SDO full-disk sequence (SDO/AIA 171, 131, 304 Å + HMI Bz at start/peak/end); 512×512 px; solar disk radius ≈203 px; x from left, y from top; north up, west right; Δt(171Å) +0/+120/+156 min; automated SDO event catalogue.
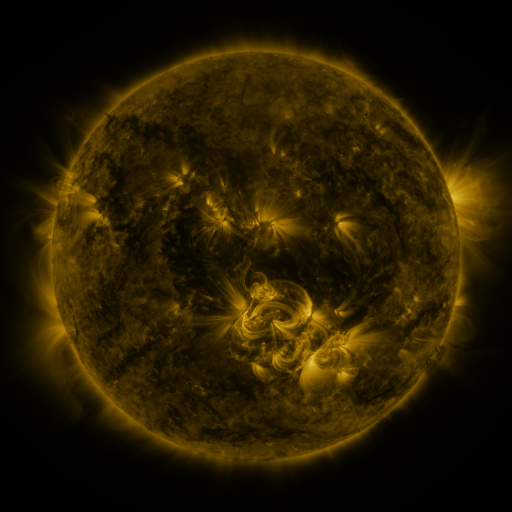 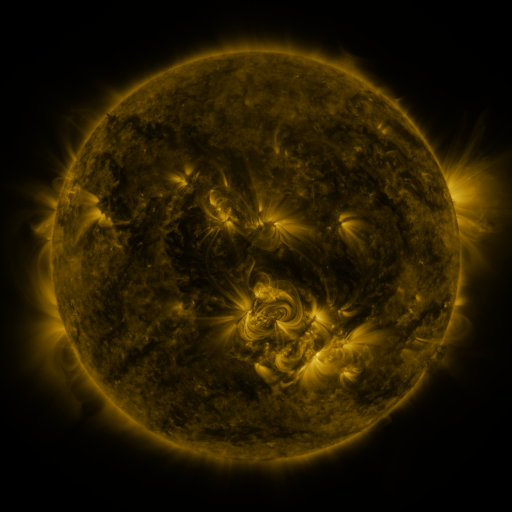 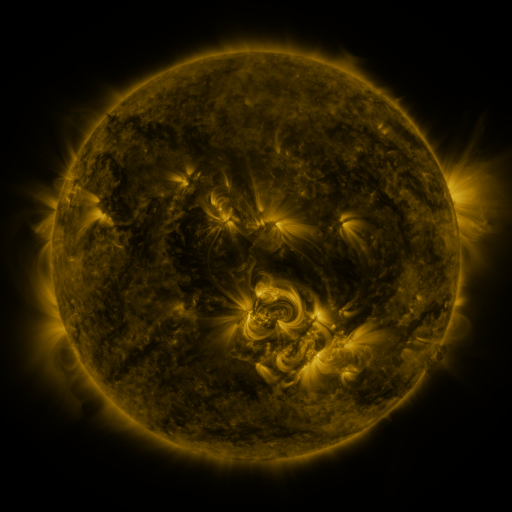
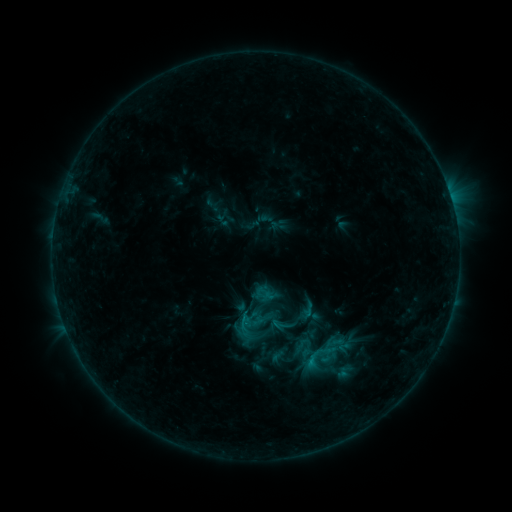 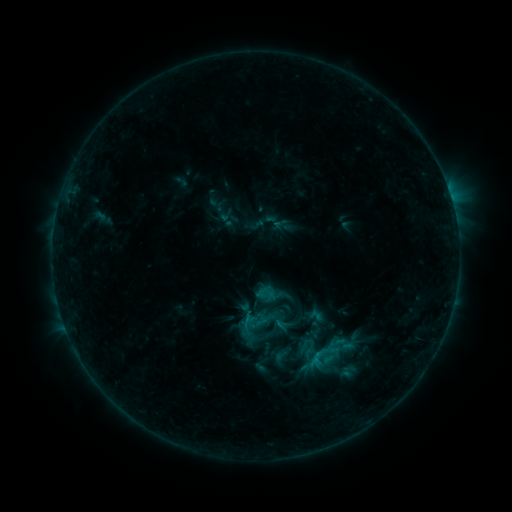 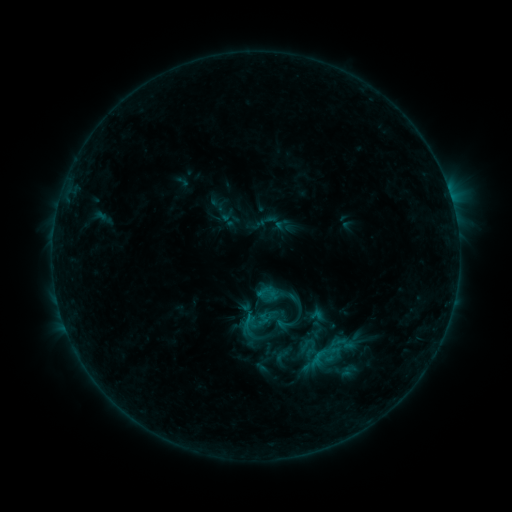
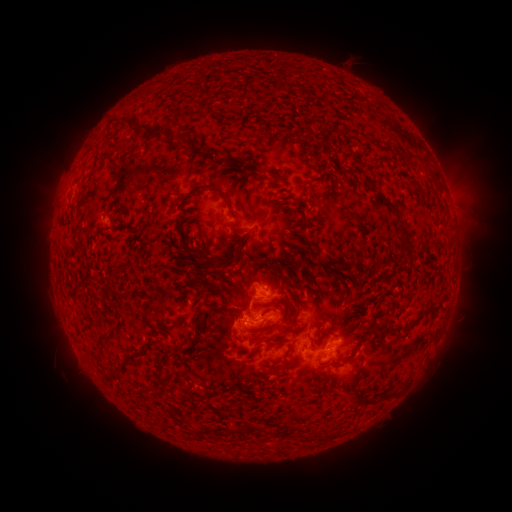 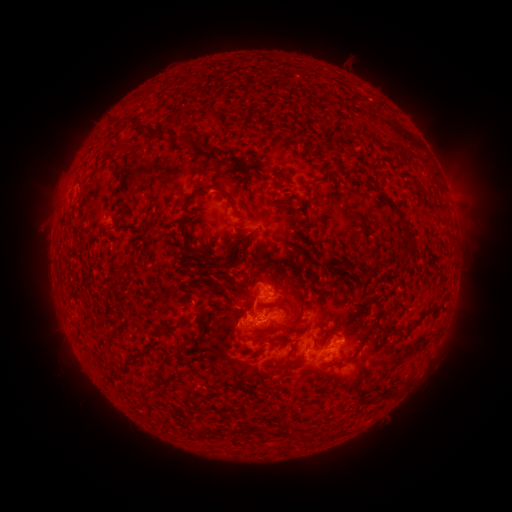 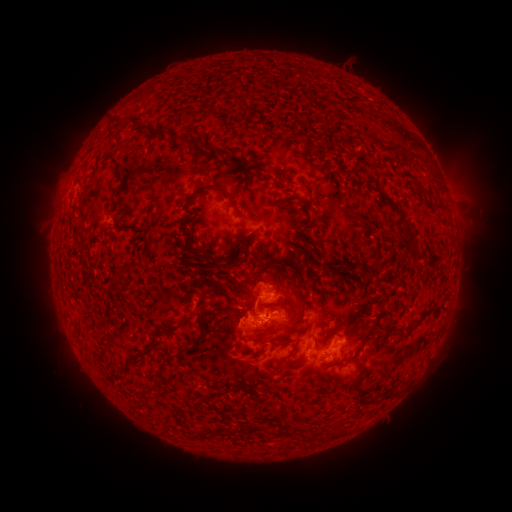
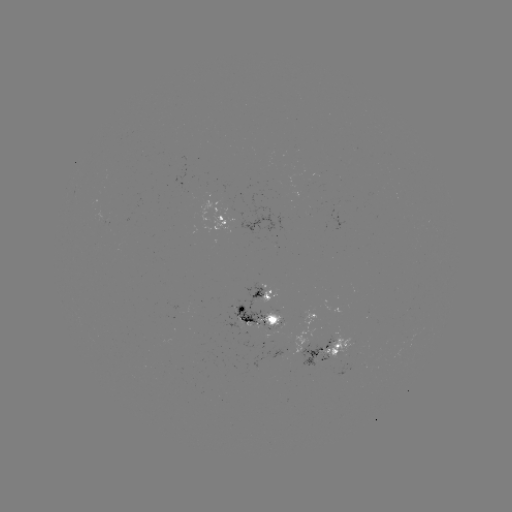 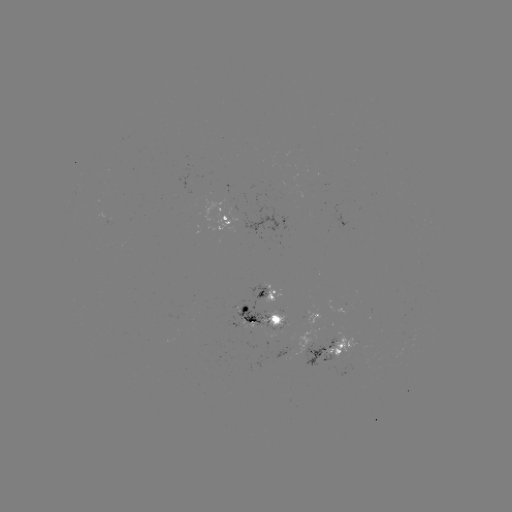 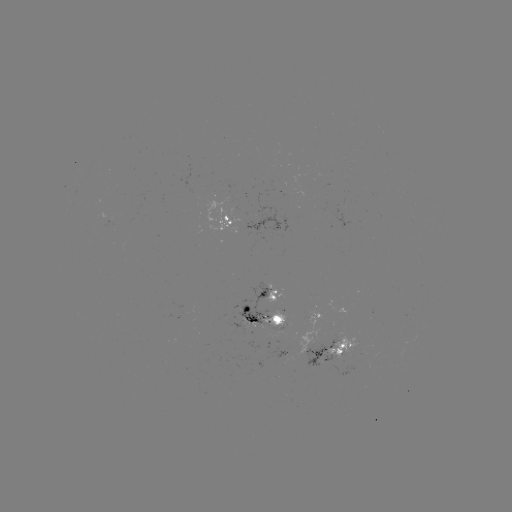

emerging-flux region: [225, 284, 268, 331]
